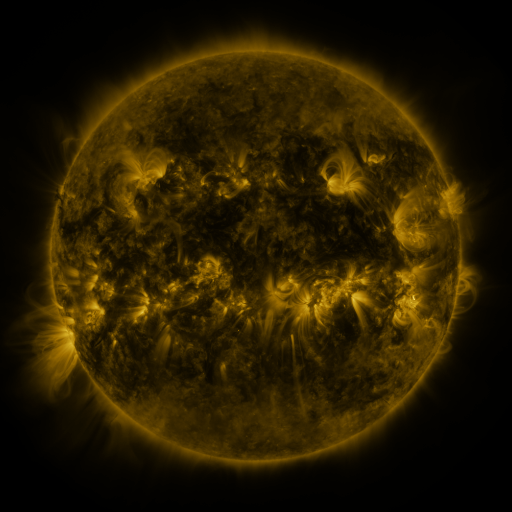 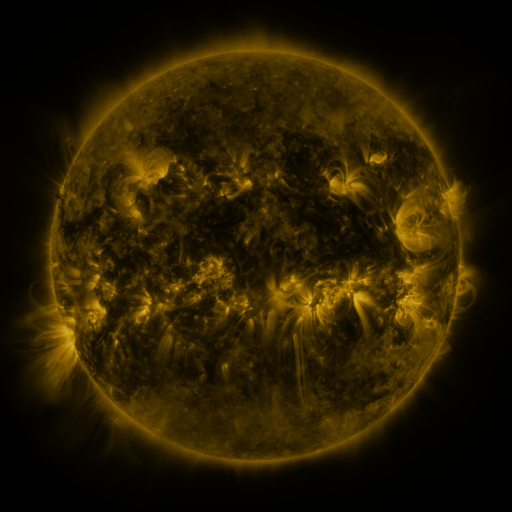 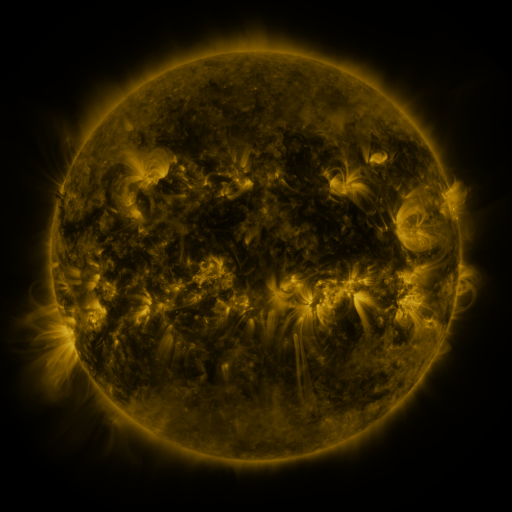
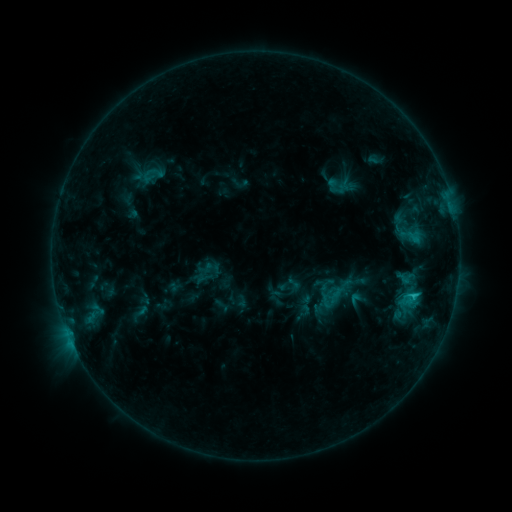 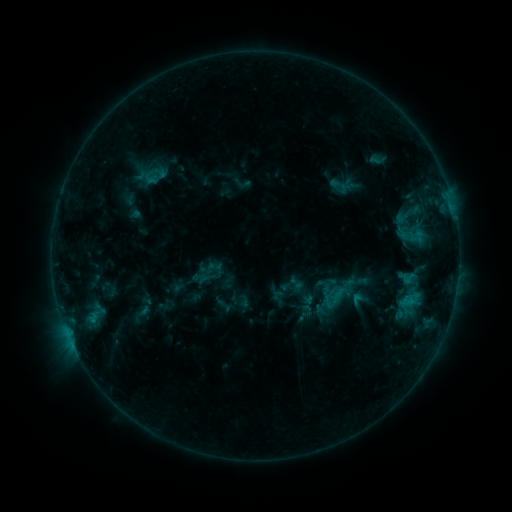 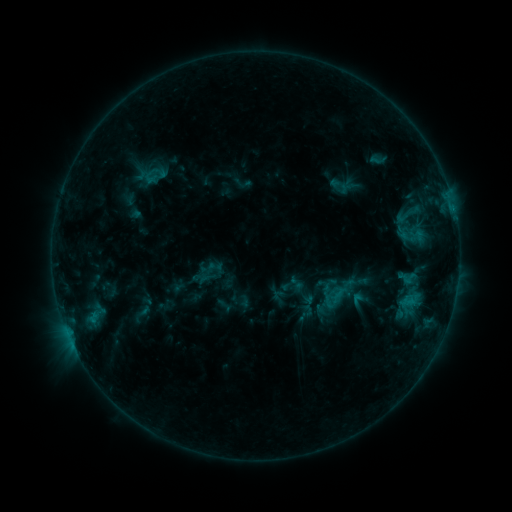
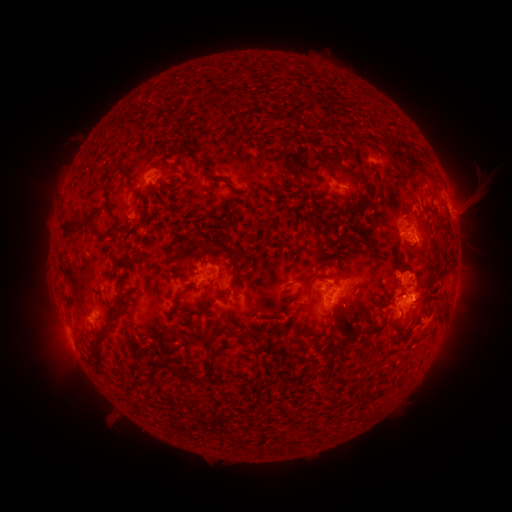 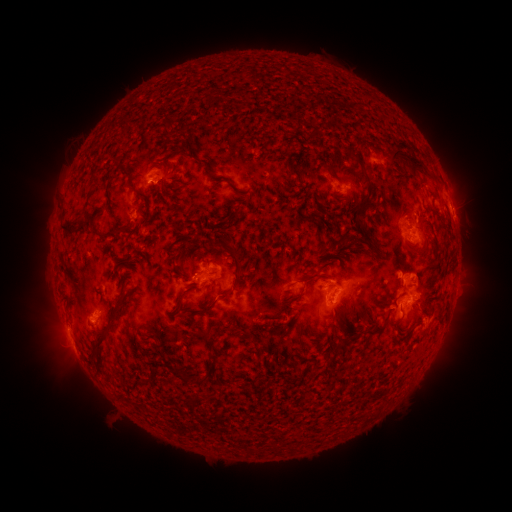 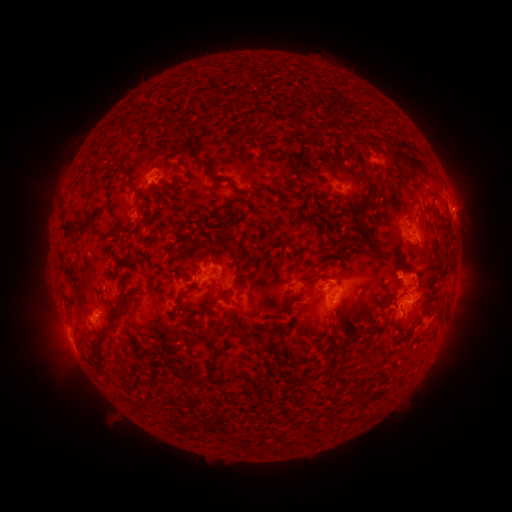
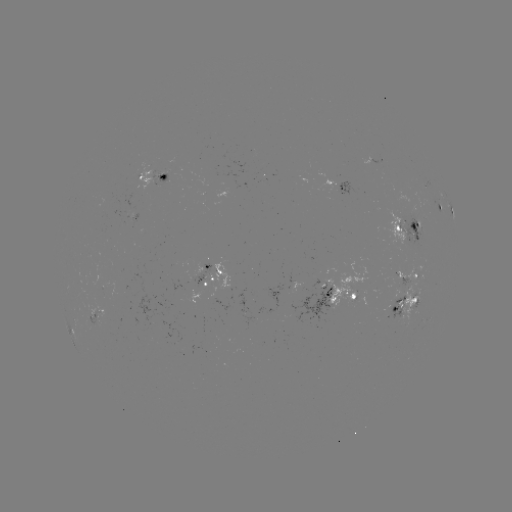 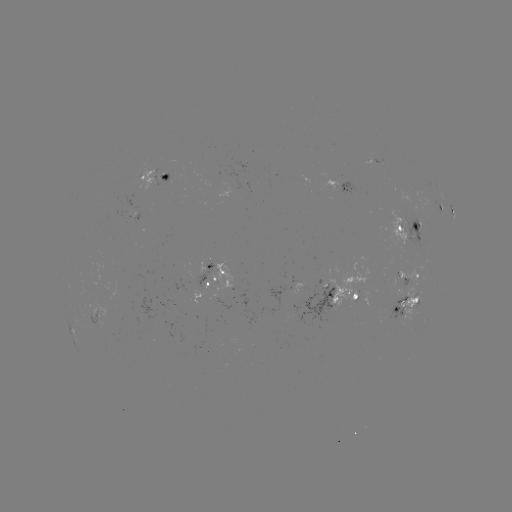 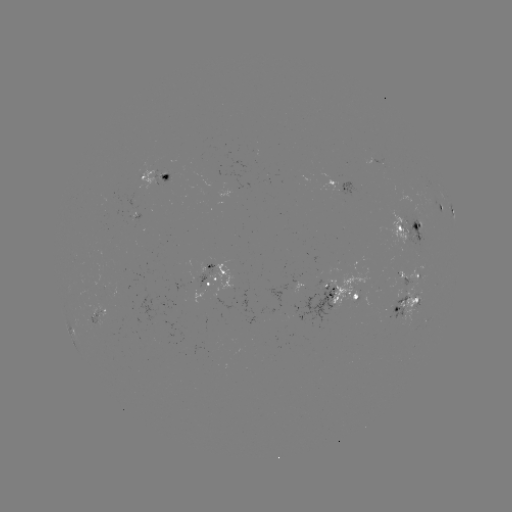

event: emerging-flux region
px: (401, 223)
